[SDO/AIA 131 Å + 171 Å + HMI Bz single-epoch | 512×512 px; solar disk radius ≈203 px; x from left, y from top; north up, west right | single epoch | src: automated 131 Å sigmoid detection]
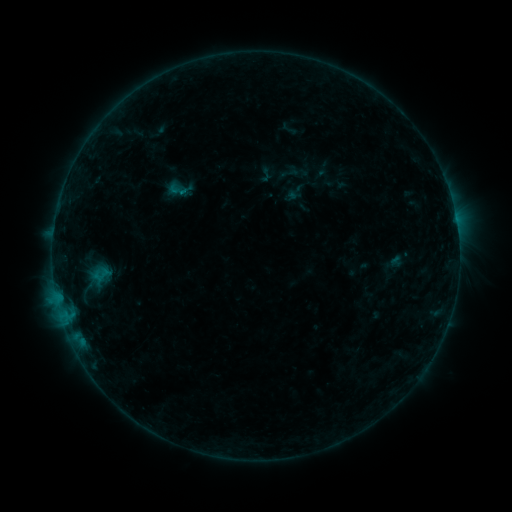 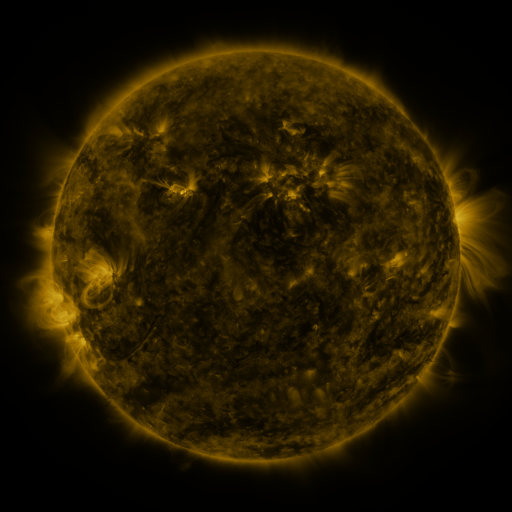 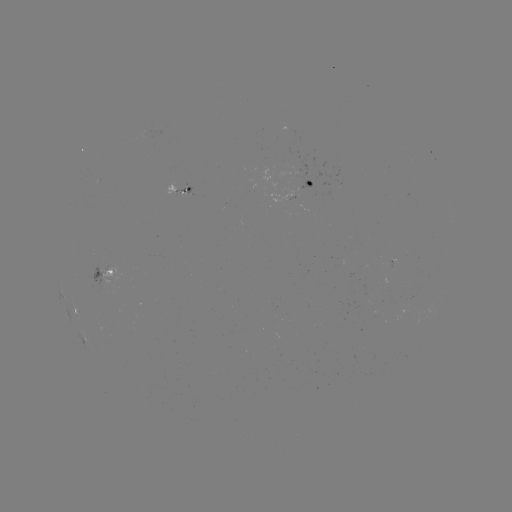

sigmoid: [88, 264, 115, 285]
